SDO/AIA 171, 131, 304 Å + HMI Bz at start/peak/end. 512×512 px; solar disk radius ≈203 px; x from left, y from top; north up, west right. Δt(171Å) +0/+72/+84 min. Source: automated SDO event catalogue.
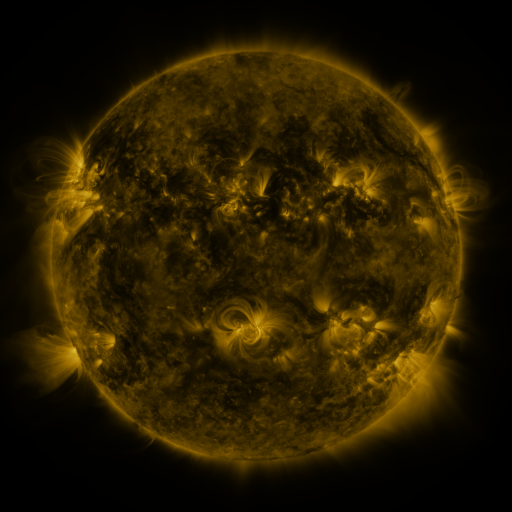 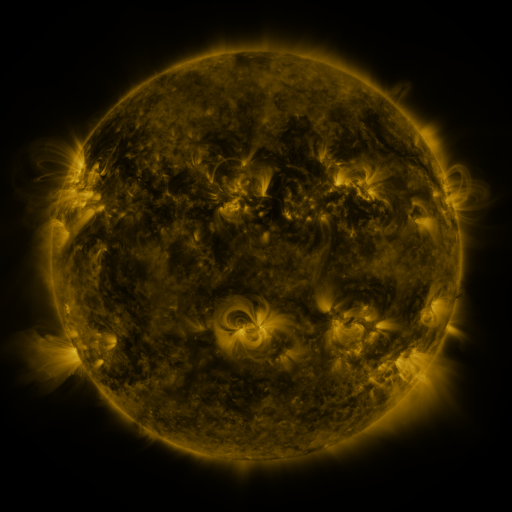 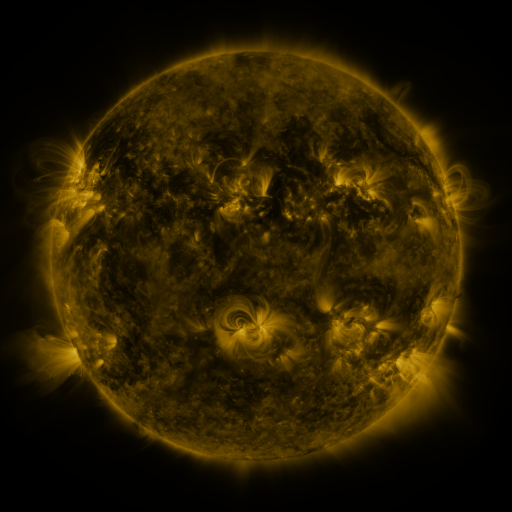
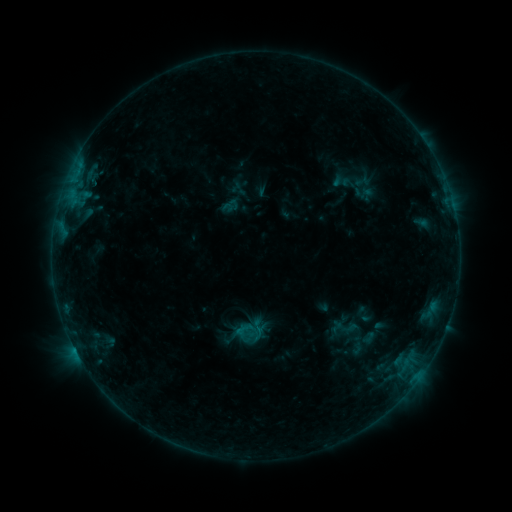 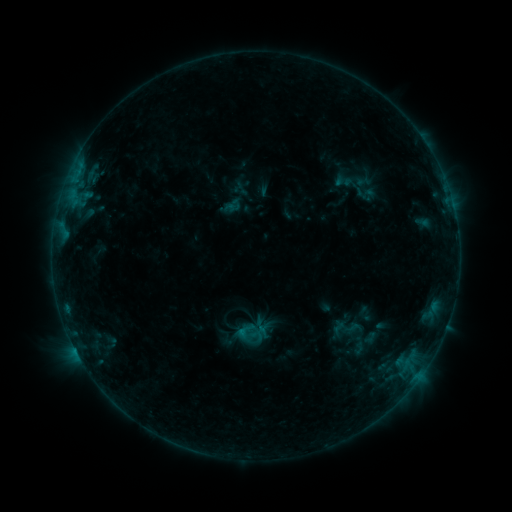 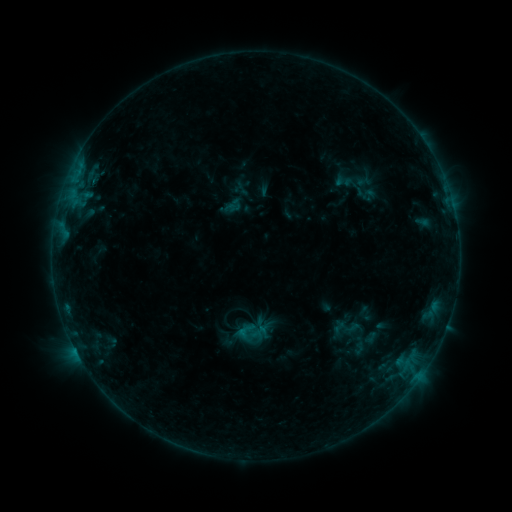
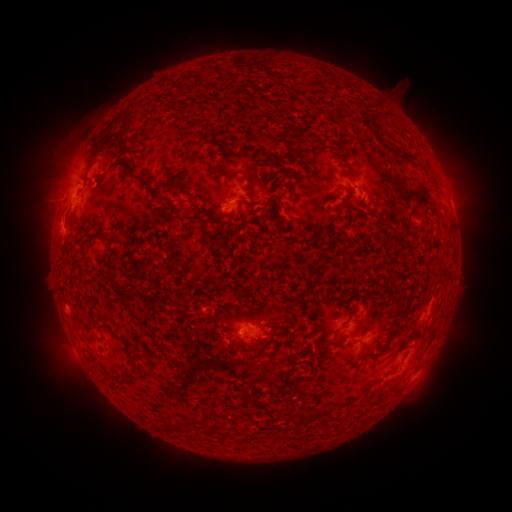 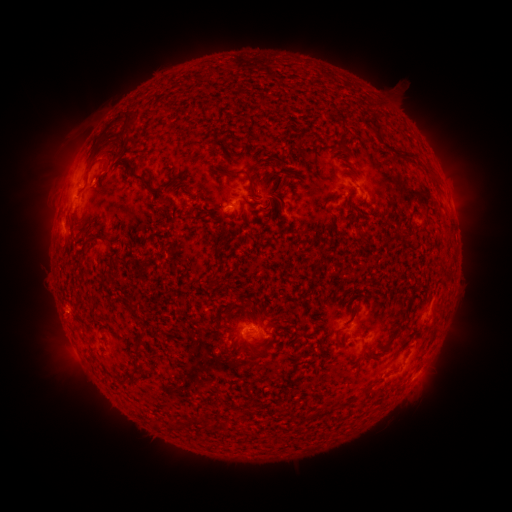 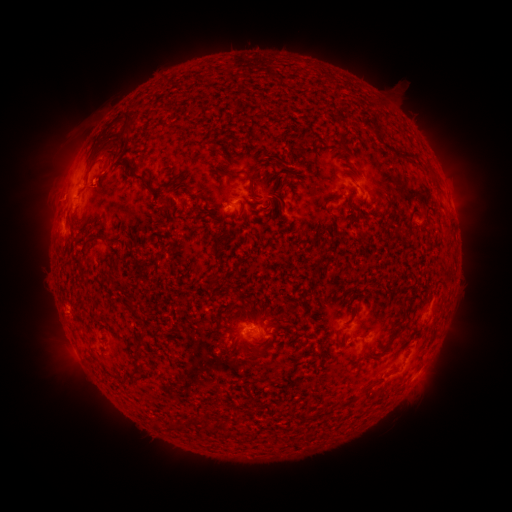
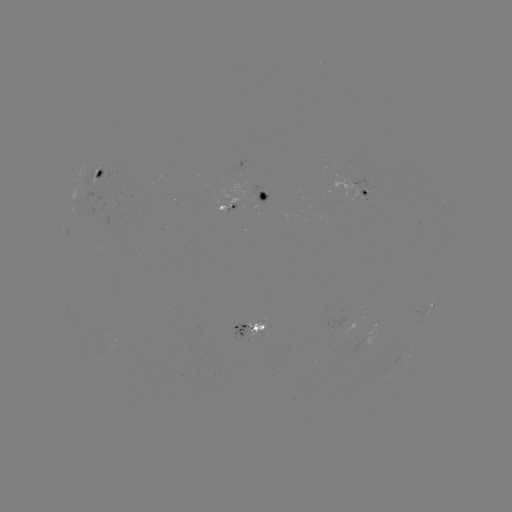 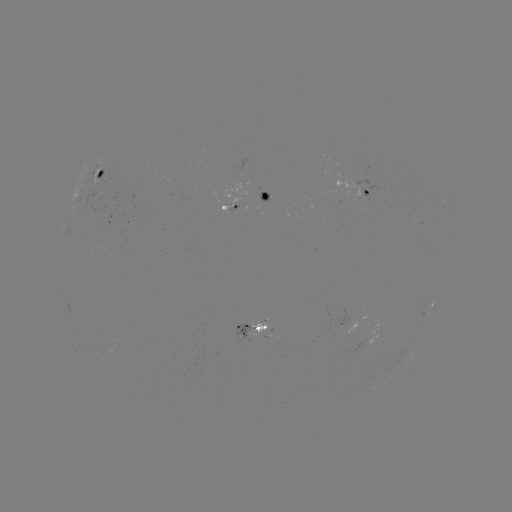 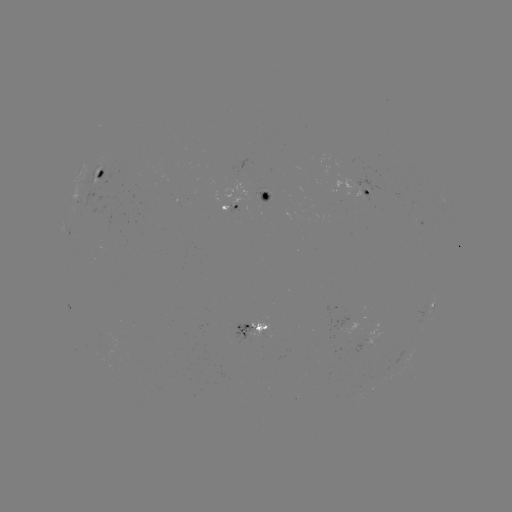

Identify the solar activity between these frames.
emerging-flux region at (96, 185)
